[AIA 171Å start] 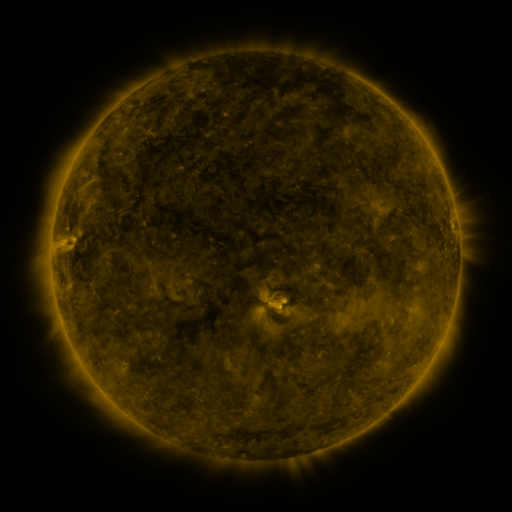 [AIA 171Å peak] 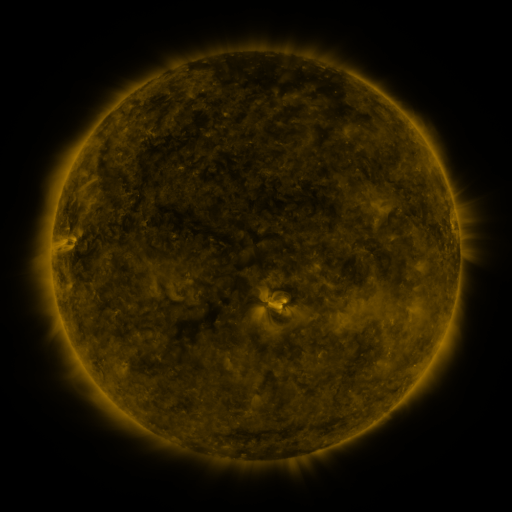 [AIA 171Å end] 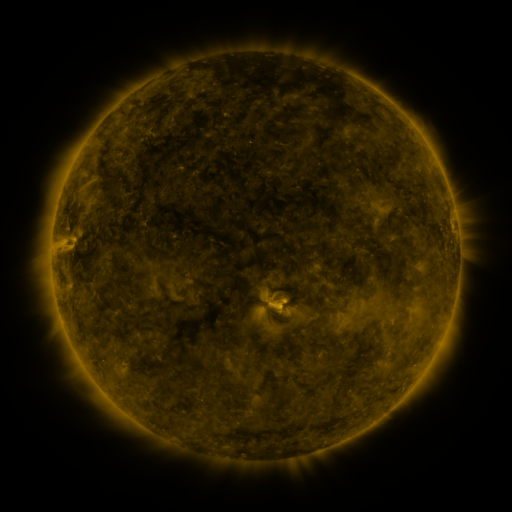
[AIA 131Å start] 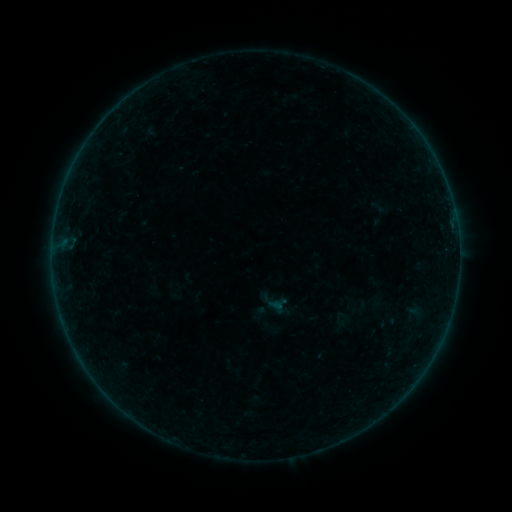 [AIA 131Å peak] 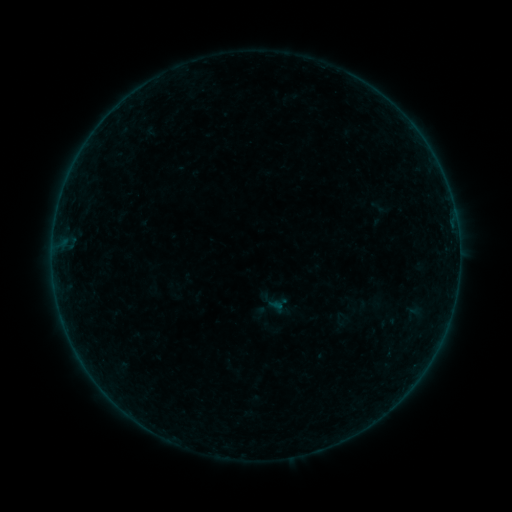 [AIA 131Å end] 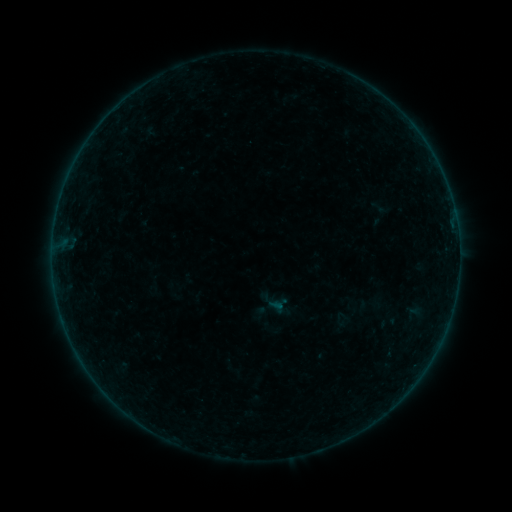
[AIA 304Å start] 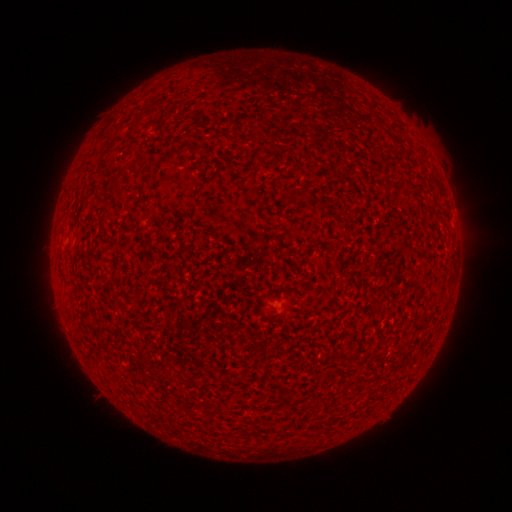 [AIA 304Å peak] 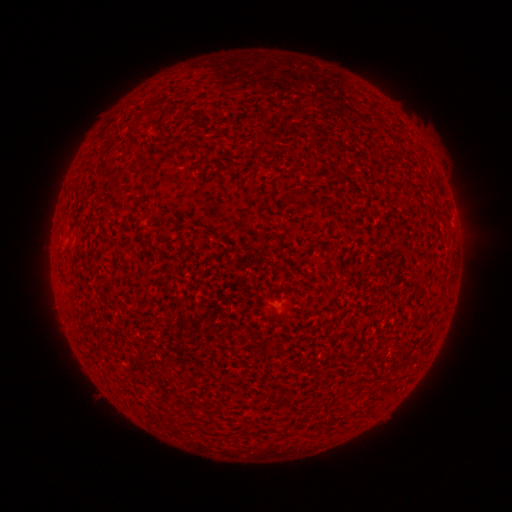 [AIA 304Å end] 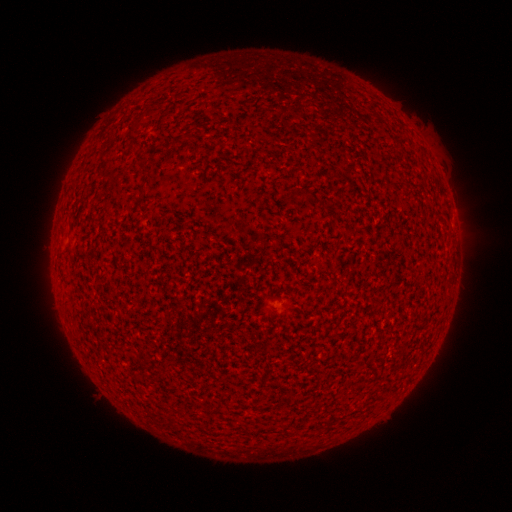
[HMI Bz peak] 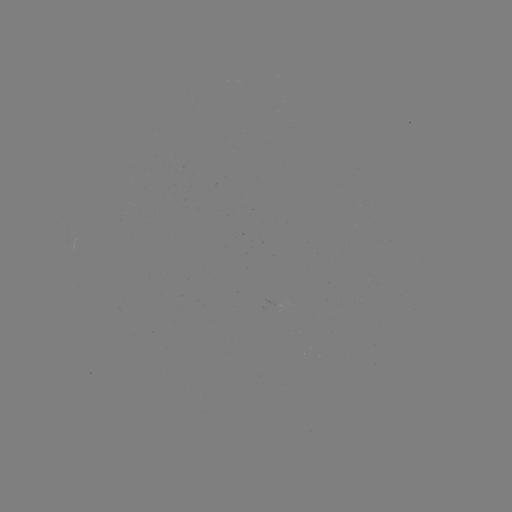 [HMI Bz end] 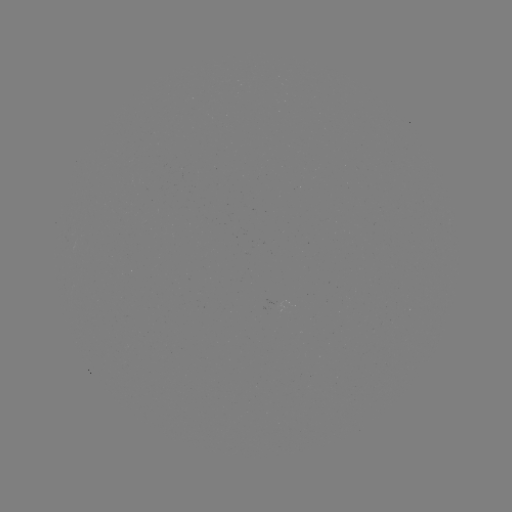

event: flare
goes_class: A1.8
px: (78, 159)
